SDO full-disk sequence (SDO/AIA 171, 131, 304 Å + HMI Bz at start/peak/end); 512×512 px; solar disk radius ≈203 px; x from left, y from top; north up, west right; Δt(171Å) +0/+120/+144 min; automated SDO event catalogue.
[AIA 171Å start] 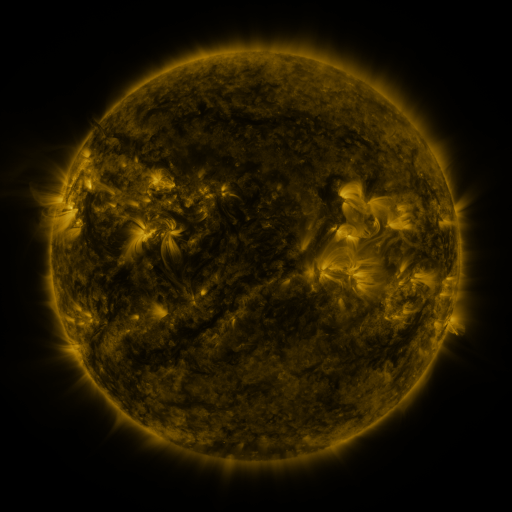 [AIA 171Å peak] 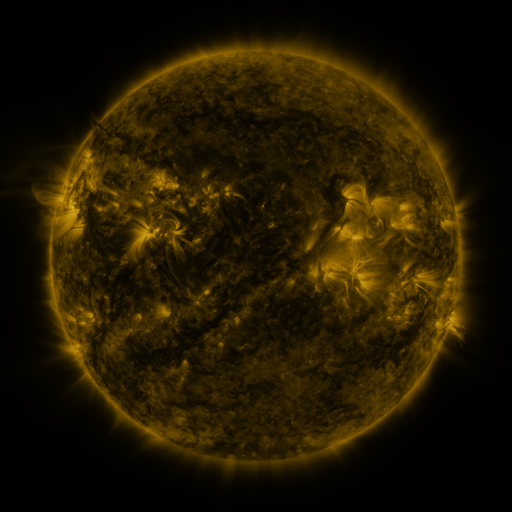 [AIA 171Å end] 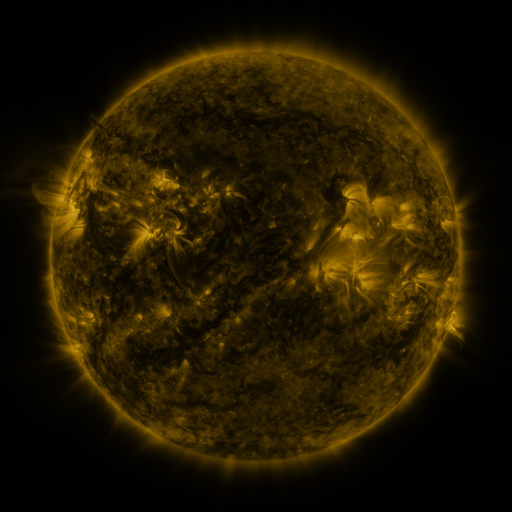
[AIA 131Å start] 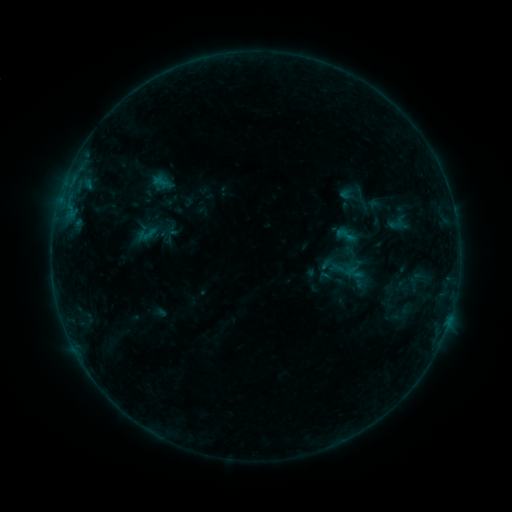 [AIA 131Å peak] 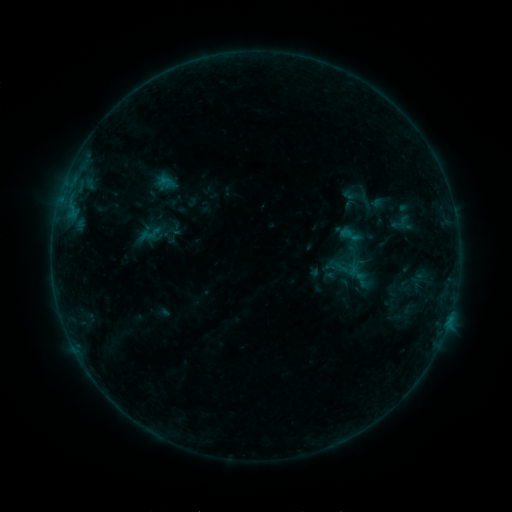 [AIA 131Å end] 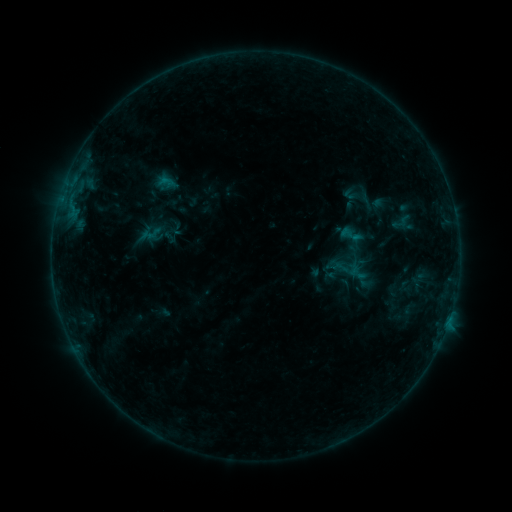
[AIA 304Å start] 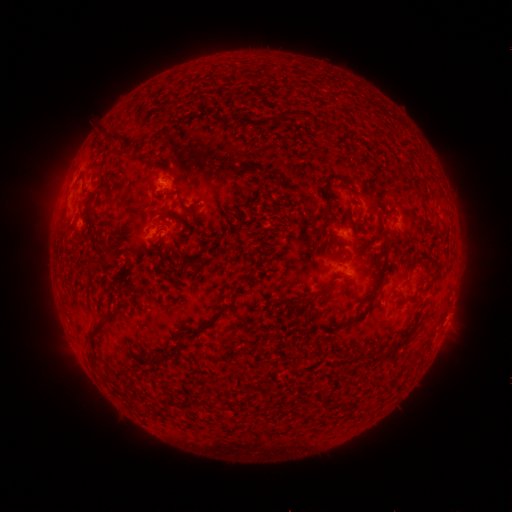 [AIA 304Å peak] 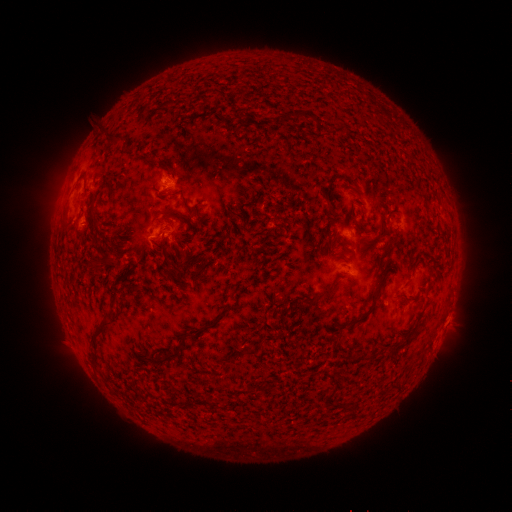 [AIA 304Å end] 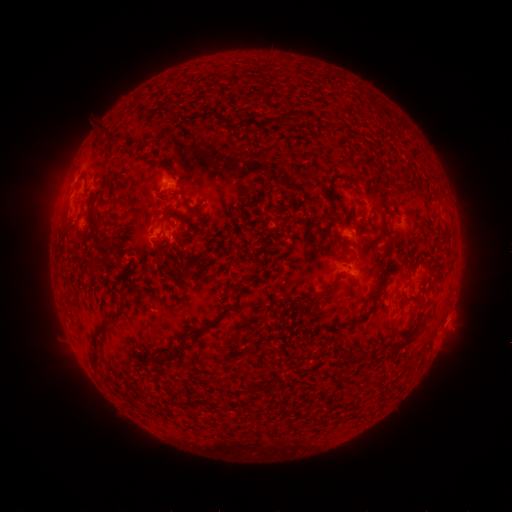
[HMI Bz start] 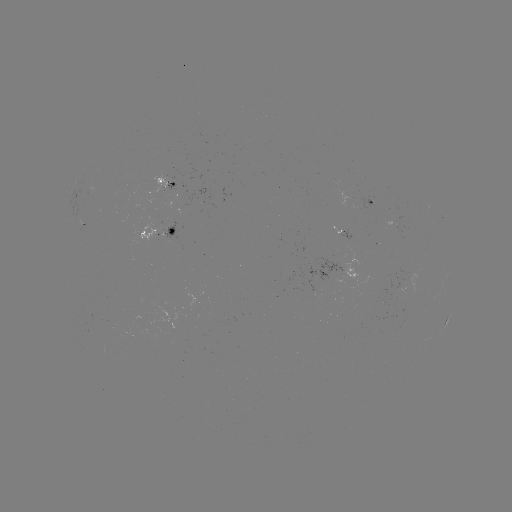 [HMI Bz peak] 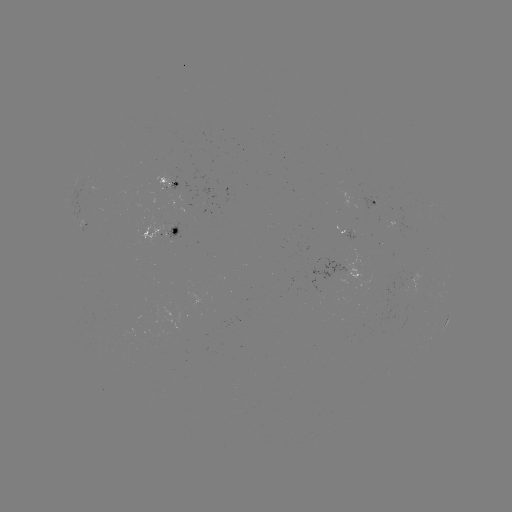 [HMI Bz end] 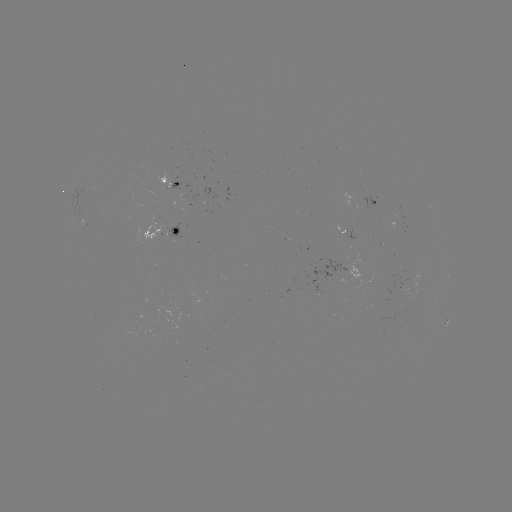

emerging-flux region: (359, 196, 377, 212)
